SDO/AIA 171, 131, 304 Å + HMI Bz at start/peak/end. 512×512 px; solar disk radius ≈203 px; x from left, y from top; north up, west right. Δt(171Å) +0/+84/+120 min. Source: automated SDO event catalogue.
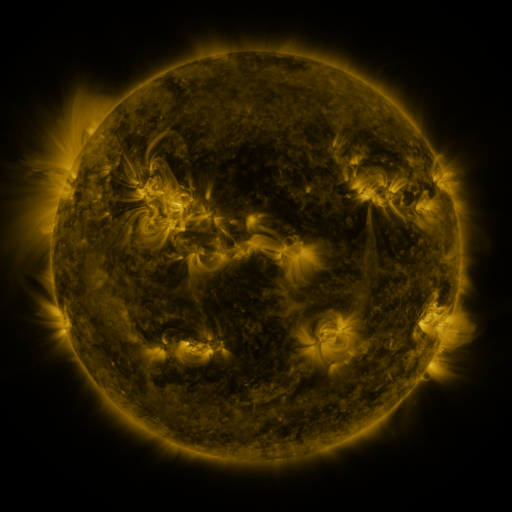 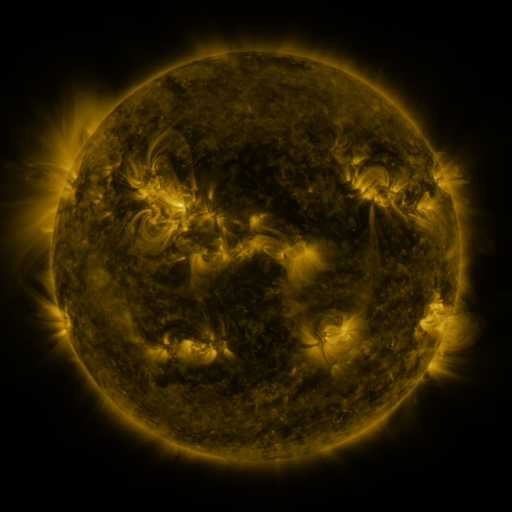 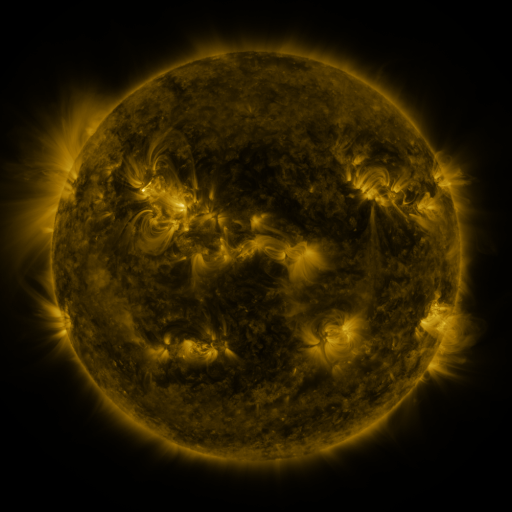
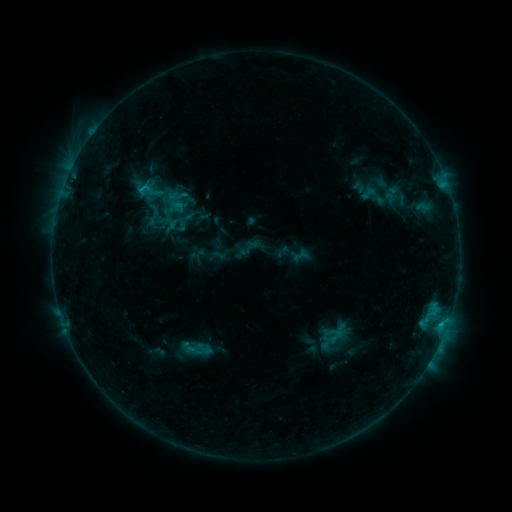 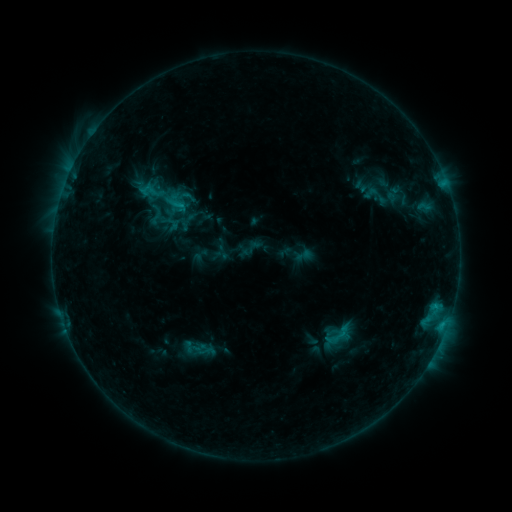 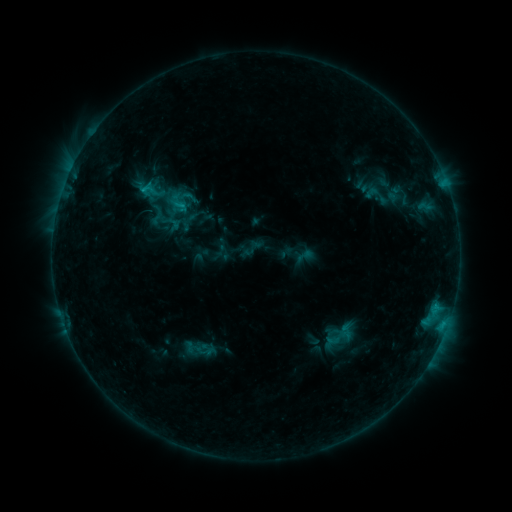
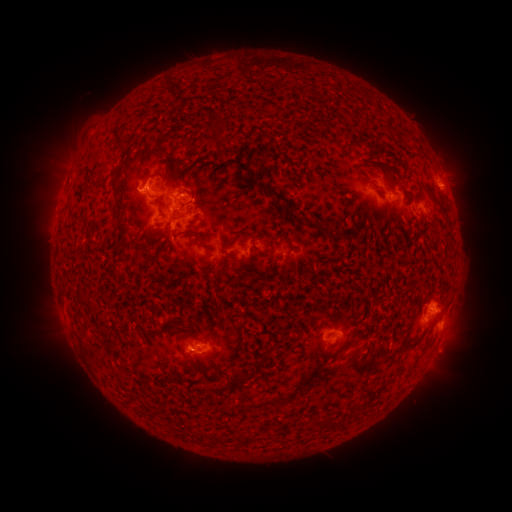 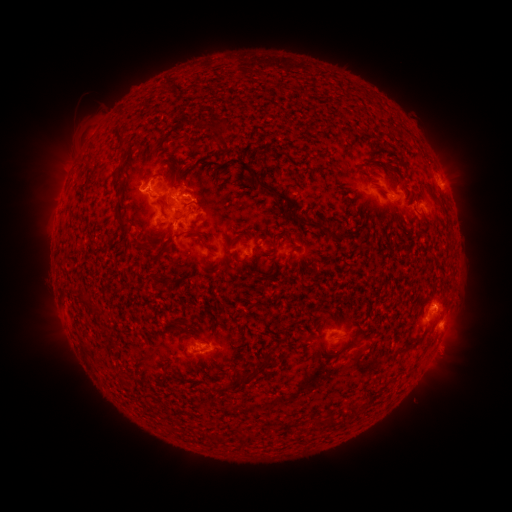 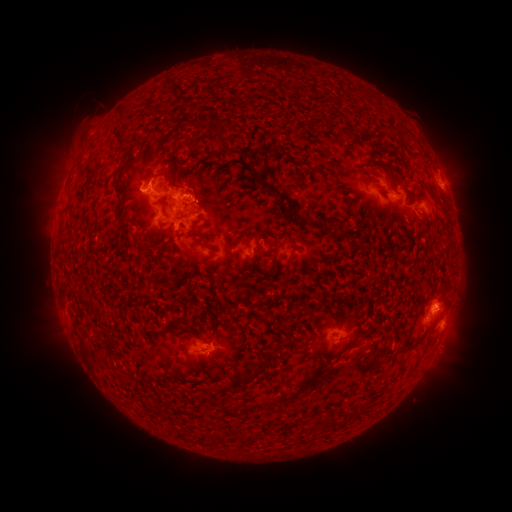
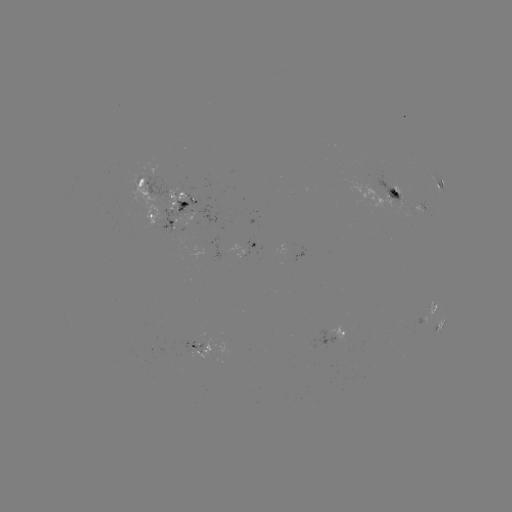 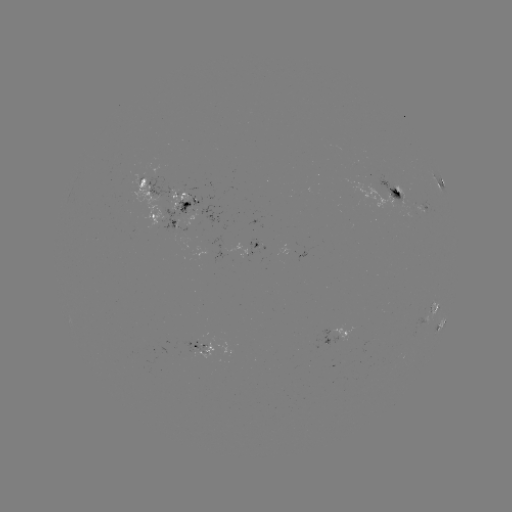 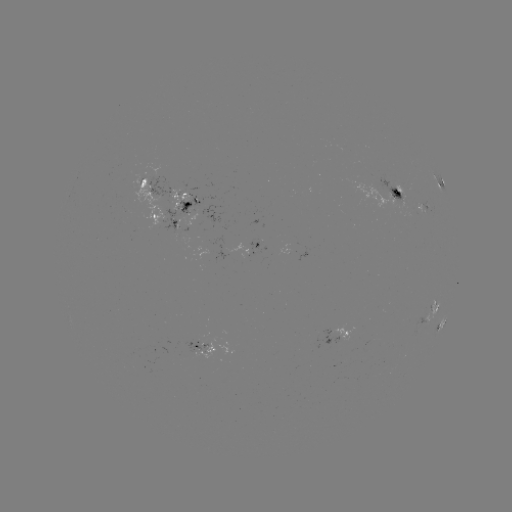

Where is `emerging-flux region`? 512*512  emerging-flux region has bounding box [181, 333, 206, 355].